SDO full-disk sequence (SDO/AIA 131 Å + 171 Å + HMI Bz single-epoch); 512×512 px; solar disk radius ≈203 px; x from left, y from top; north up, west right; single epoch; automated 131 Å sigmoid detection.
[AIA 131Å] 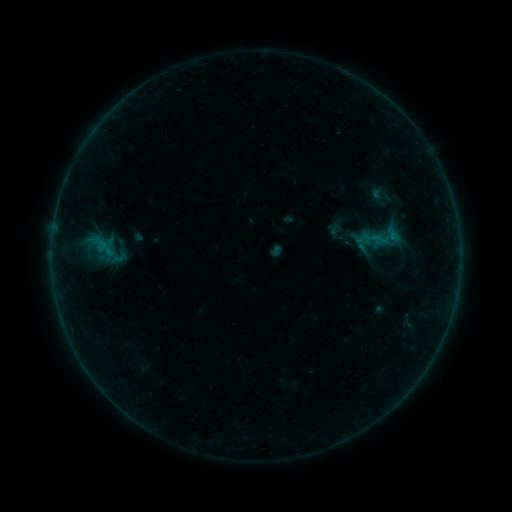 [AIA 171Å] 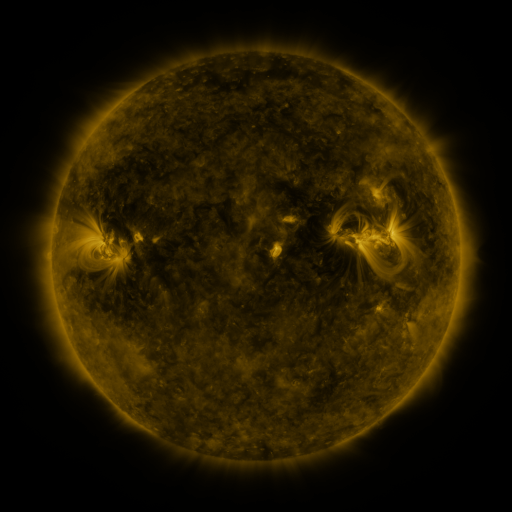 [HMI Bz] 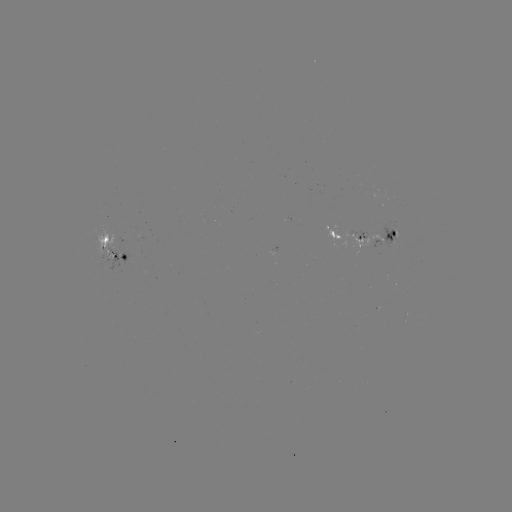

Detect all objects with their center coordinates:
sigmoid: [383, 230, 403, 247]
